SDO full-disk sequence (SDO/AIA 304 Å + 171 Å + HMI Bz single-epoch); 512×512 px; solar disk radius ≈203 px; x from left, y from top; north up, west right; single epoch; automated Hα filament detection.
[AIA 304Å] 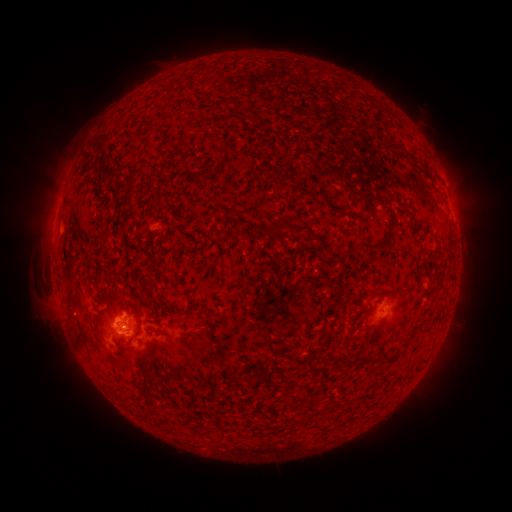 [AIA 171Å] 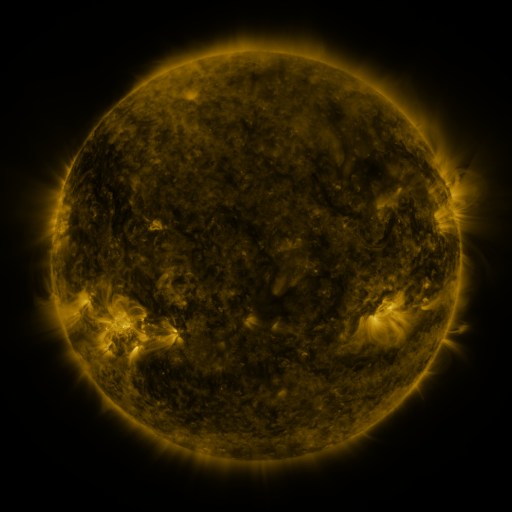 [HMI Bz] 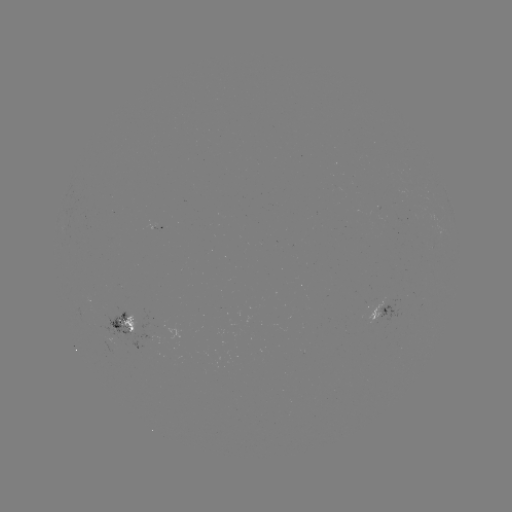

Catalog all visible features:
filament: (370, 123, 379, 133)
filament: (94, 145, 106, 157)
filament: (258, 167, 275, 178)
filament: (103, 171, 124, 181)
filament: (192, 171, 207, 182)
filament: (216, 185, 225, 192)
filament: (259, 219, 311, 236)
filament: (353, 234, 389, 251)
filament: (75, 293, 84, 309)
filament: (361, 322, 374, 332)
filament: (145, 343, 153, 356)
filament: (377, 352, 387, 364)
filament: (140, 372, 150, 398)
